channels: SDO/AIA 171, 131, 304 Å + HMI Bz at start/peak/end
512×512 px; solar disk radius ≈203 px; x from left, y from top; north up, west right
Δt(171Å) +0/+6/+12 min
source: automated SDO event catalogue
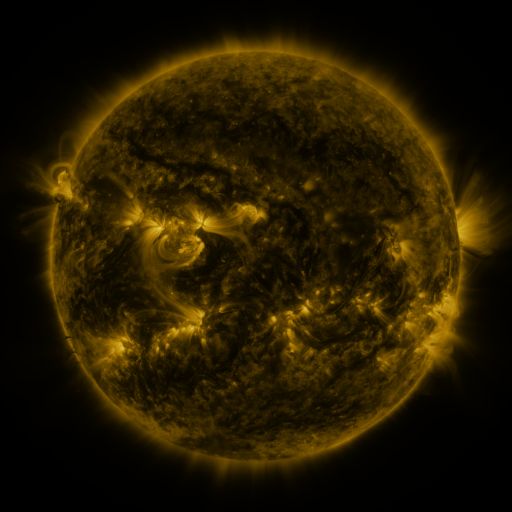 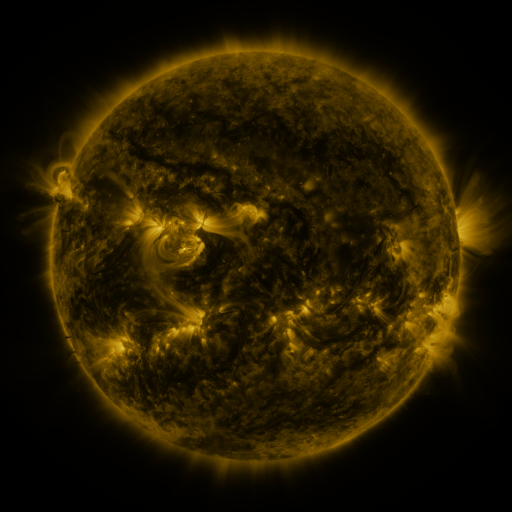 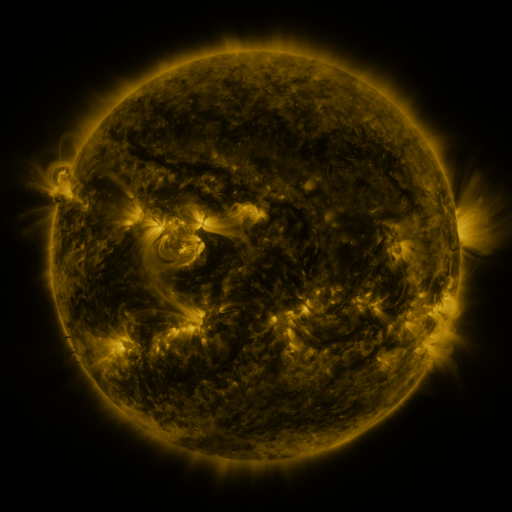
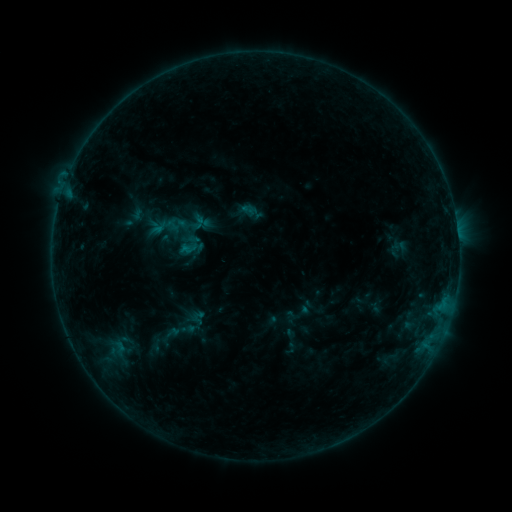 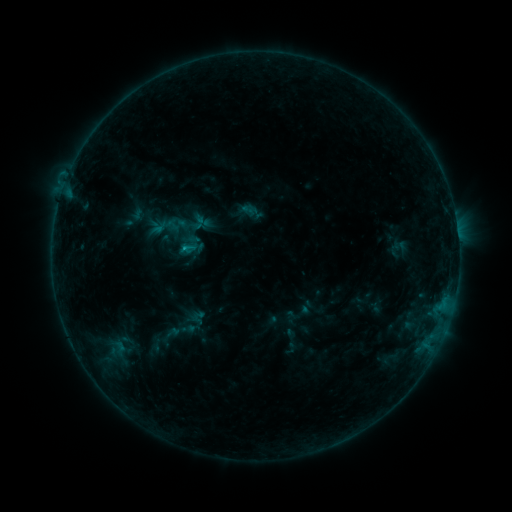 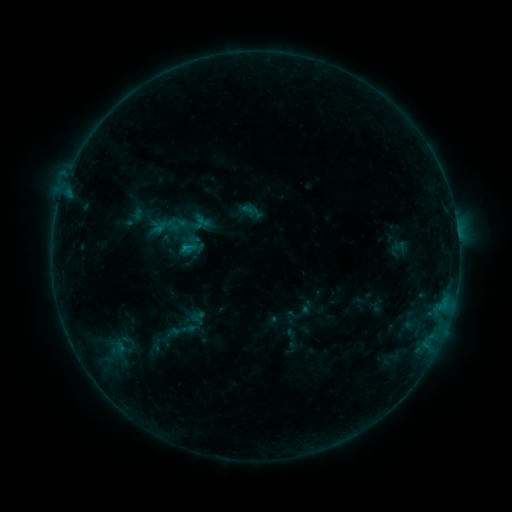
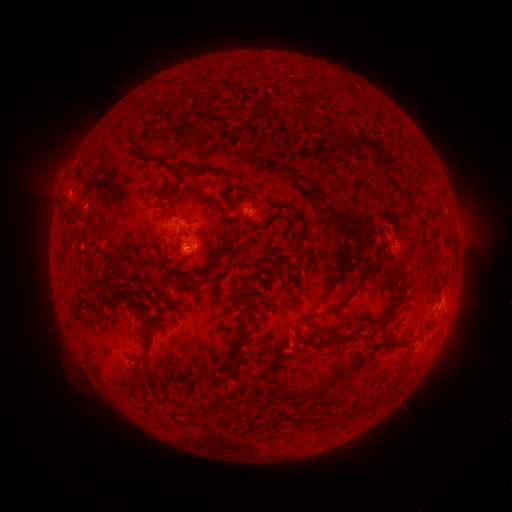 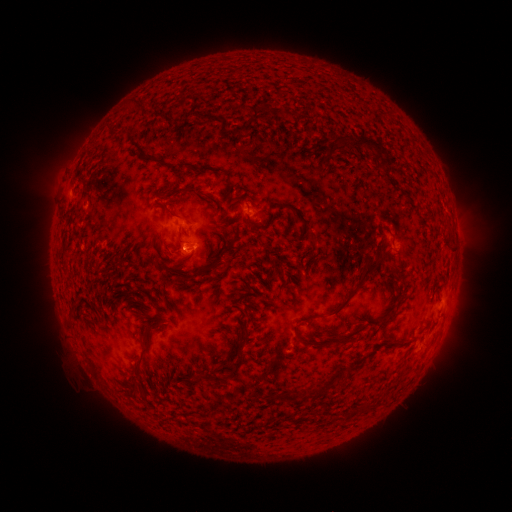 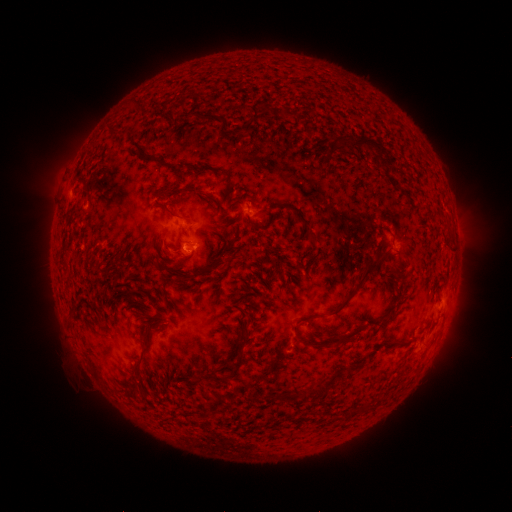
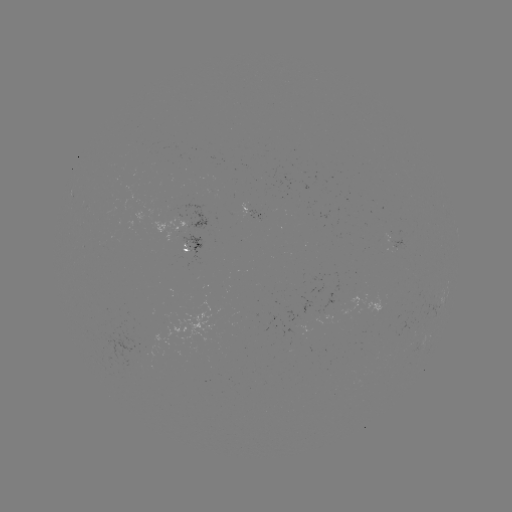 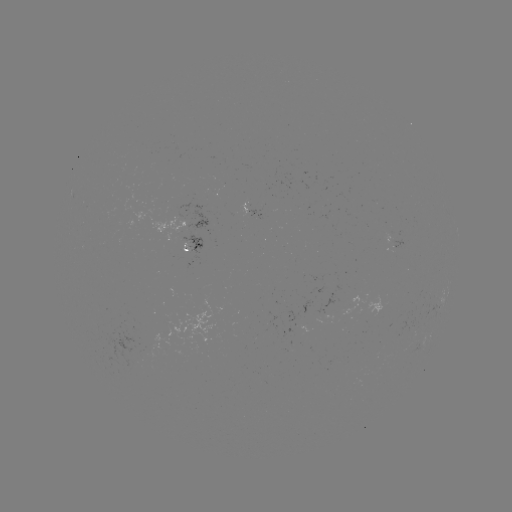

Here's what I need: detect B5.3 flare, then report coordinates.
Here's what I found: B5.3 flare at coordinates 186,250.